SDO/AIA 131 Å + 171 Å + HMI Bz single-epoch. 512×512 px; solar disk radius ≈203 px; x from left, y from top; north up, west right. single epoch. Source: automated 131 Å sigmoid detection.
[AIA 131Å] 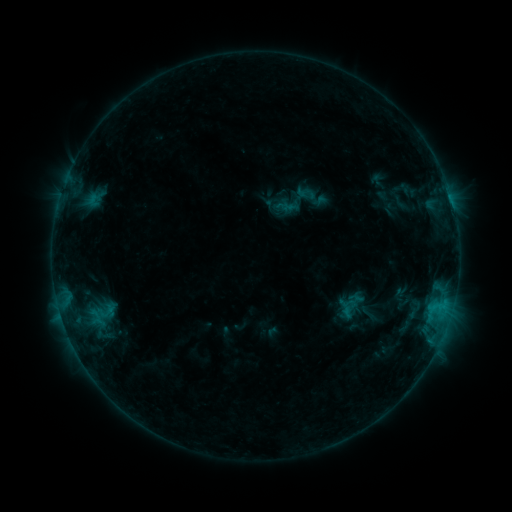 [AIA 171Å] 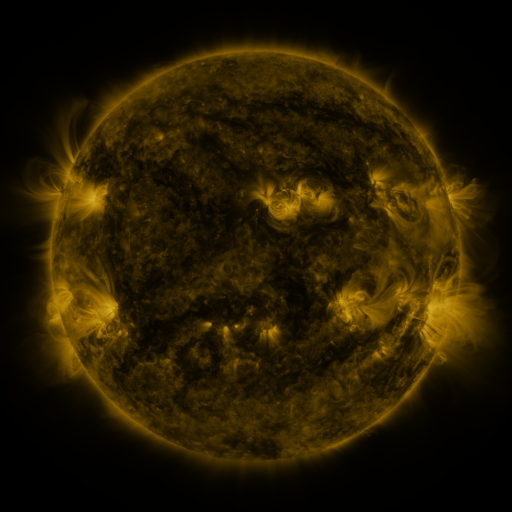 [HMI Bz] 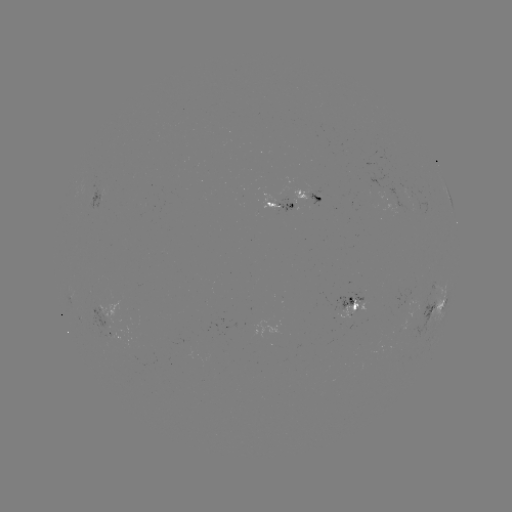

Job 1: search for sigmoid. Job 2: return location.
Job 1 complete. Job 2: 296,200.